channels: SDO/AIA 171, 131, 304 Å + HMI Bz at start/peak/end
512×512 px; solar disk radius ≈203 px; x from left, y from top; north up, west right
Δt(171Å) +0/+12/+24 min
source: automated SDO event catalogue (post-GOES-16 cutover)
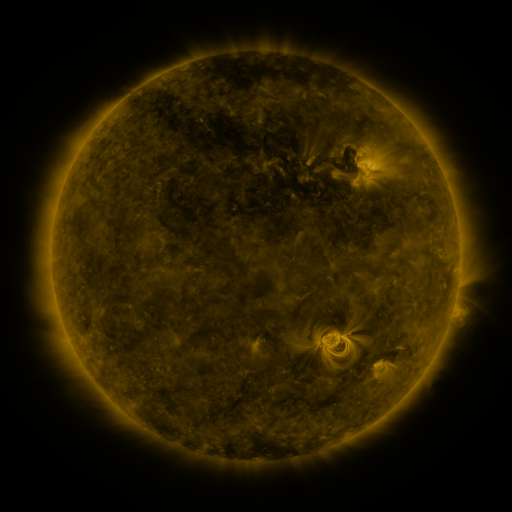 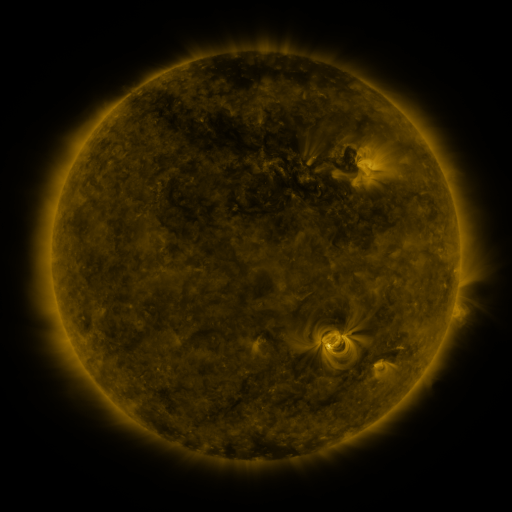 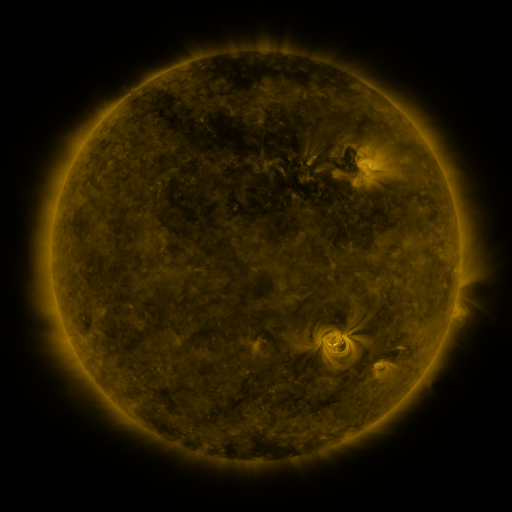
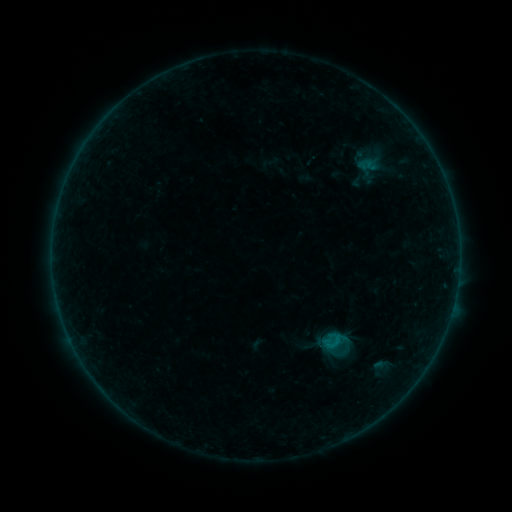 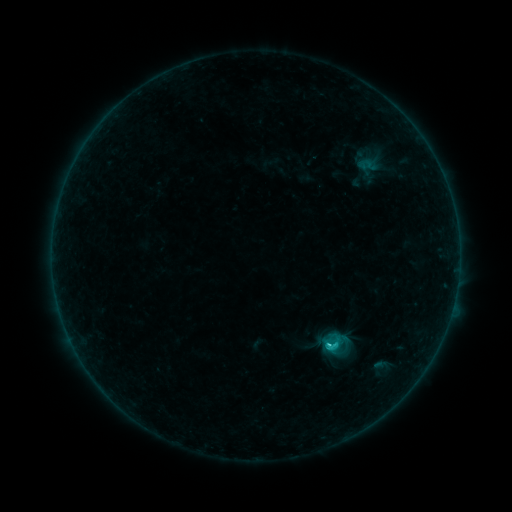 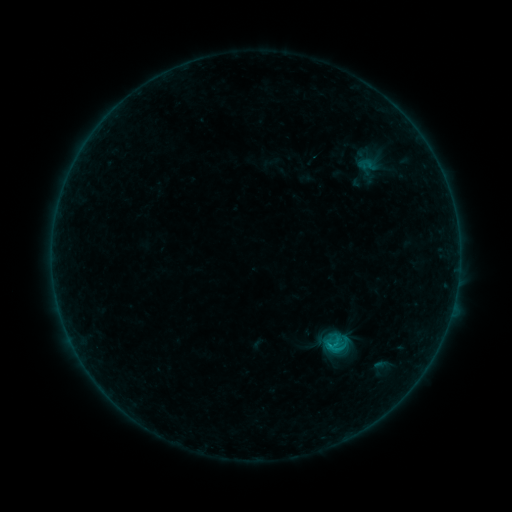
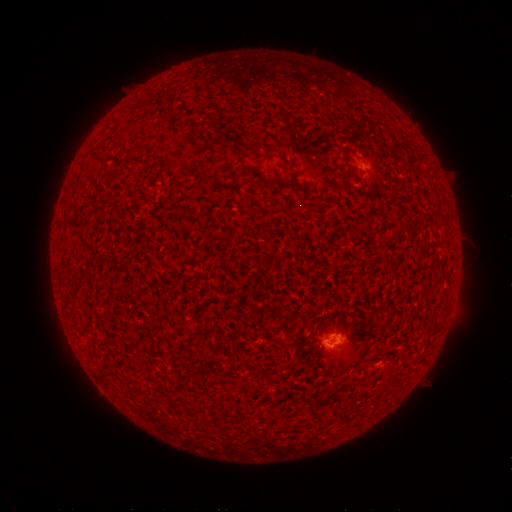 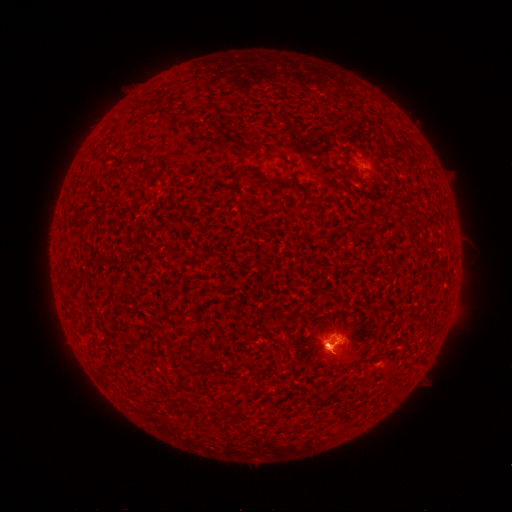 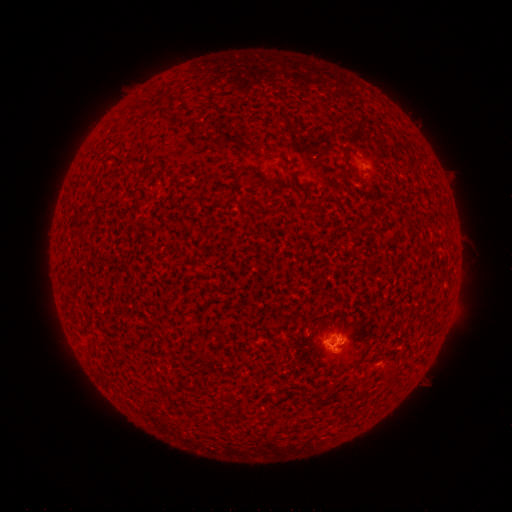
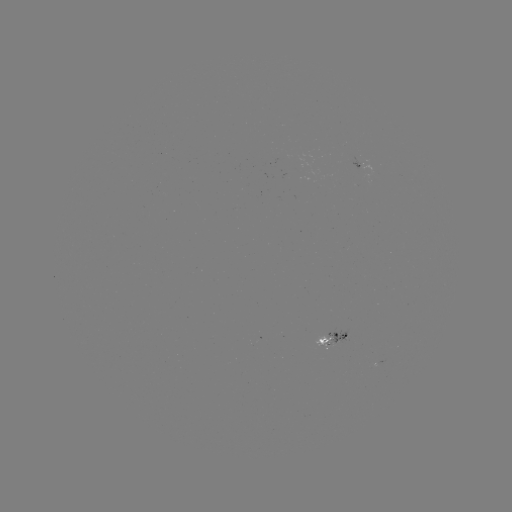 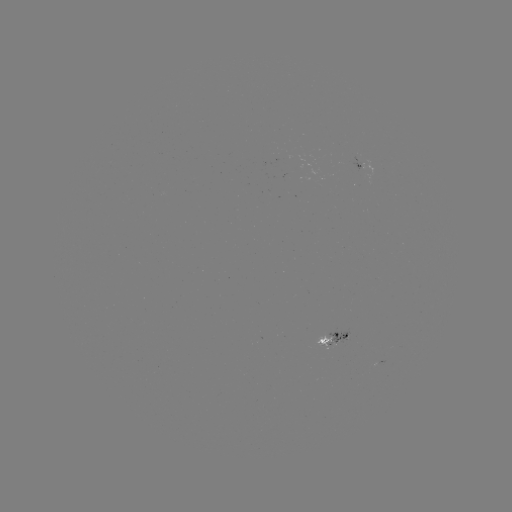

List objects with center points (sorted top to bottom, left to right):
C1.5 flare: (327, 343)
